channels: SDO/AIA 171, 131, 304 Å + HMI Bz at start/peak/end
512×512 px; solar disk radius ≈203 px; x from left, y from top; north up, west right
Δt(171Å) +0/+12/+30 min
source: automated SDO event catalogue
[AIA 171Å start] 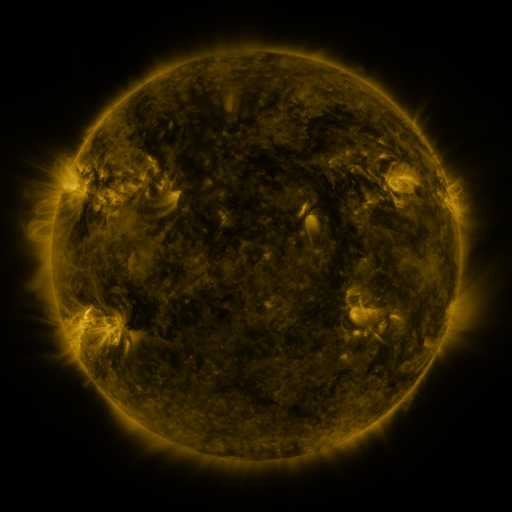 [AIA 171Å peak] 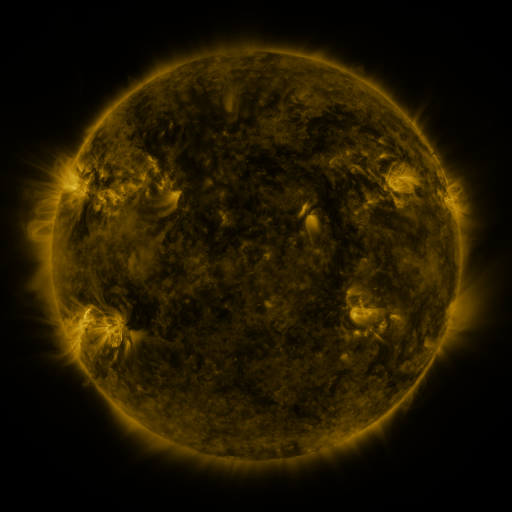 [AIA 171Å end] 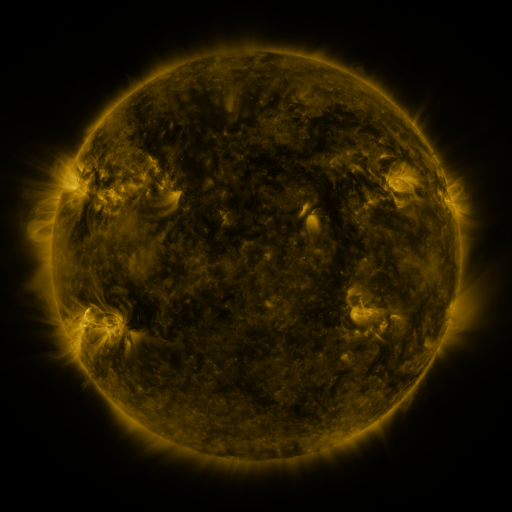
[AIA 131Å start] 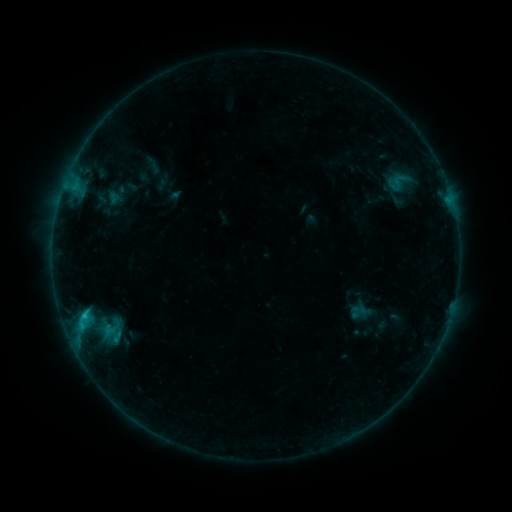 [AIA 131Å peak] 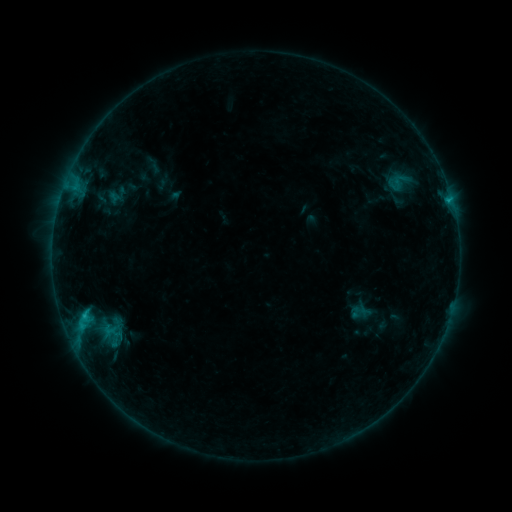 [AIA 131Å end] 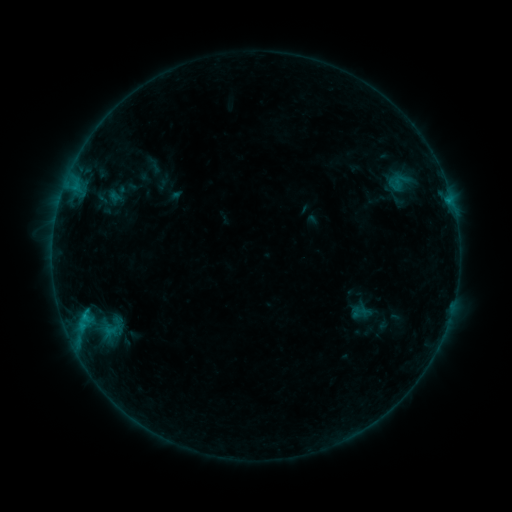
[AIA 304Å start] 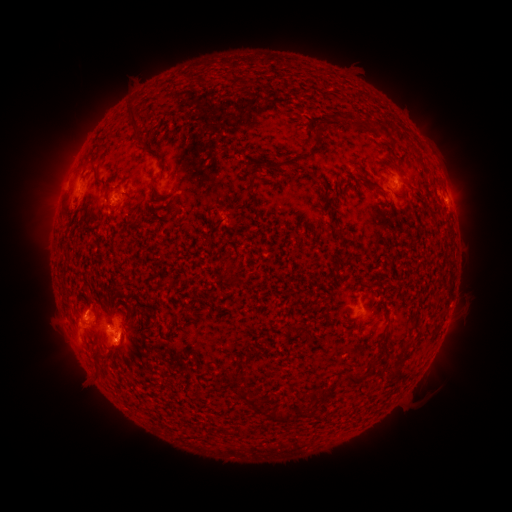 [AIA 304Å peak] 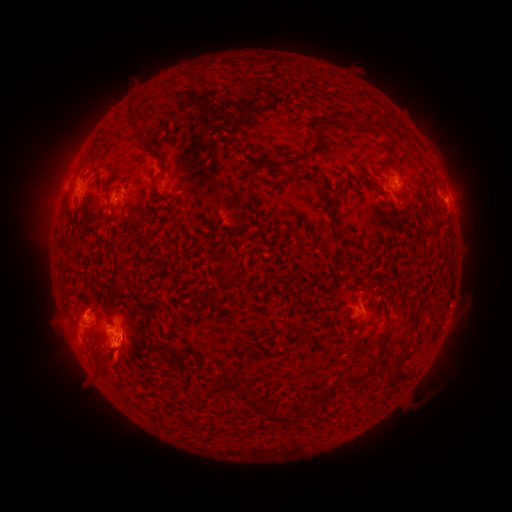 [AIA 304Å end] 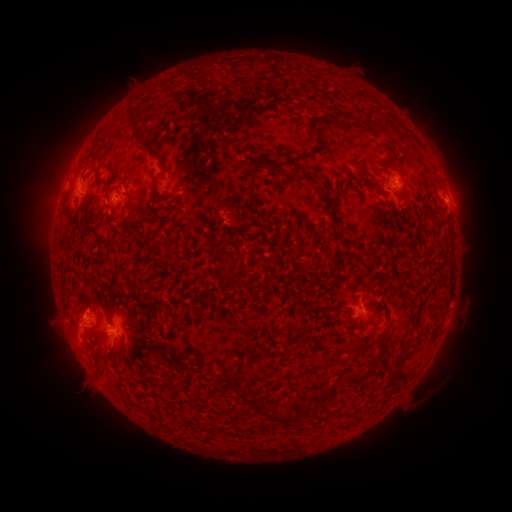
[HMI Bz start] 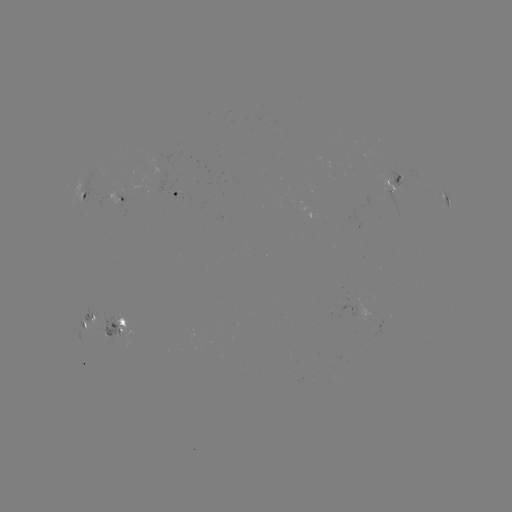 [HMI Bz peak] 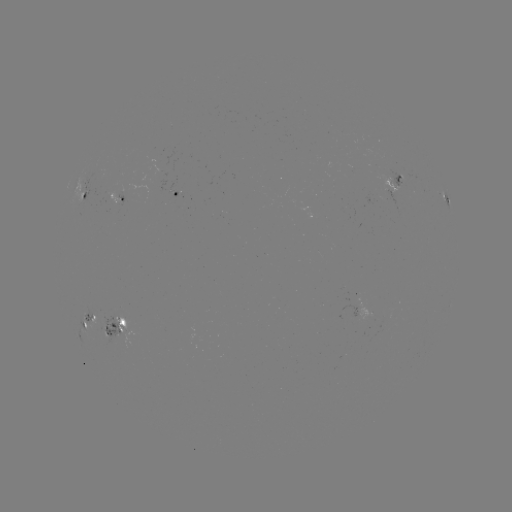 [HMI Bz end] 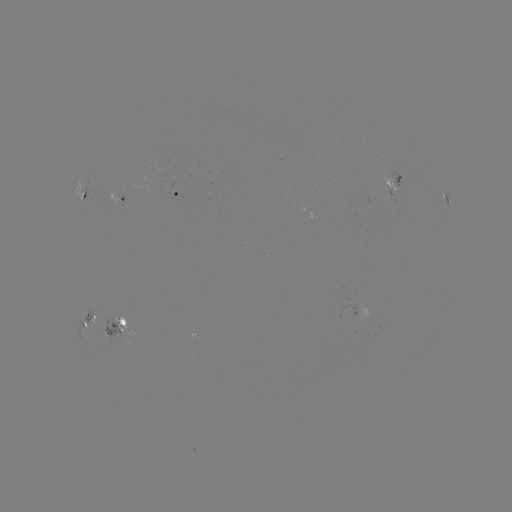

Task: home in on eruption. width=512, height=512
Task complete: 114,366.